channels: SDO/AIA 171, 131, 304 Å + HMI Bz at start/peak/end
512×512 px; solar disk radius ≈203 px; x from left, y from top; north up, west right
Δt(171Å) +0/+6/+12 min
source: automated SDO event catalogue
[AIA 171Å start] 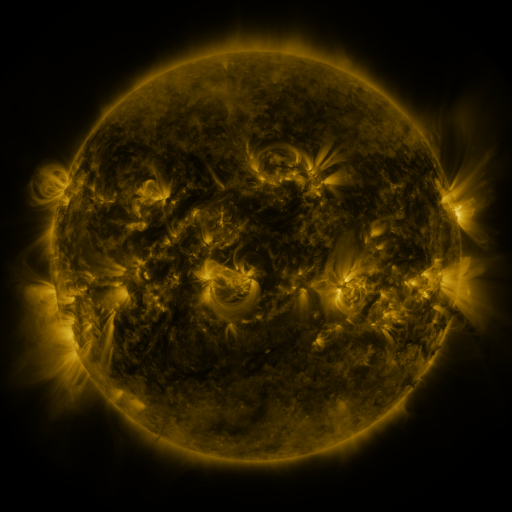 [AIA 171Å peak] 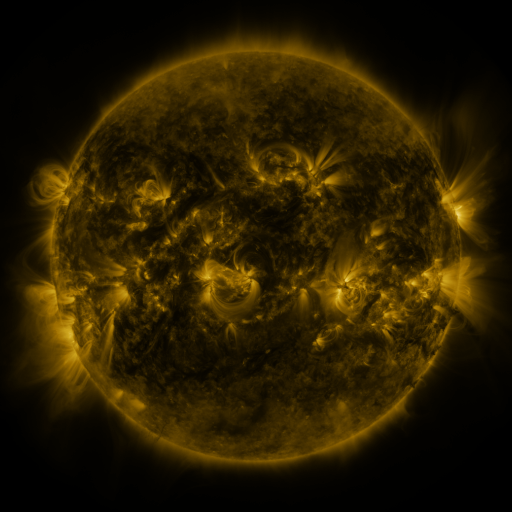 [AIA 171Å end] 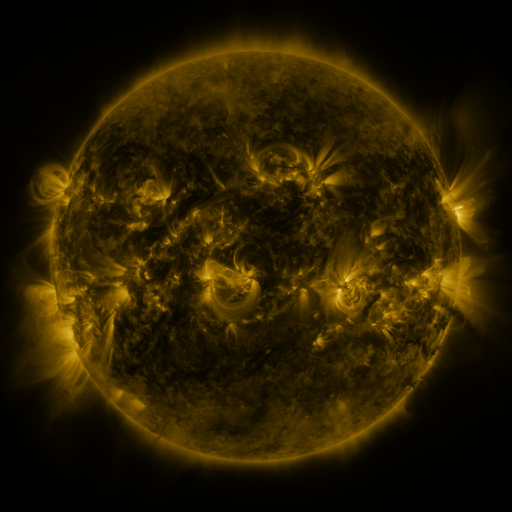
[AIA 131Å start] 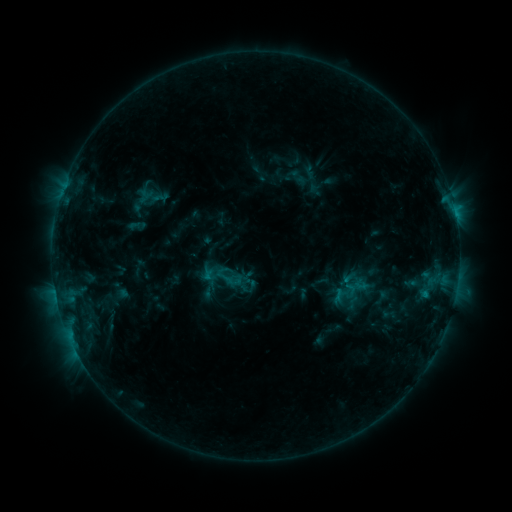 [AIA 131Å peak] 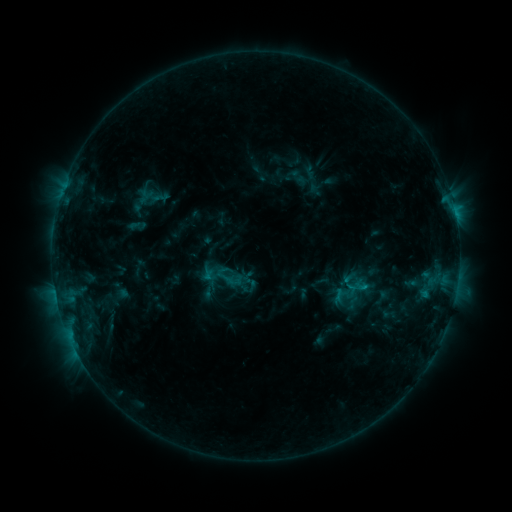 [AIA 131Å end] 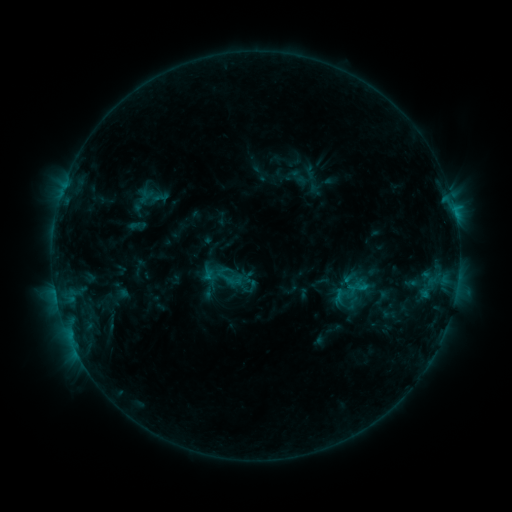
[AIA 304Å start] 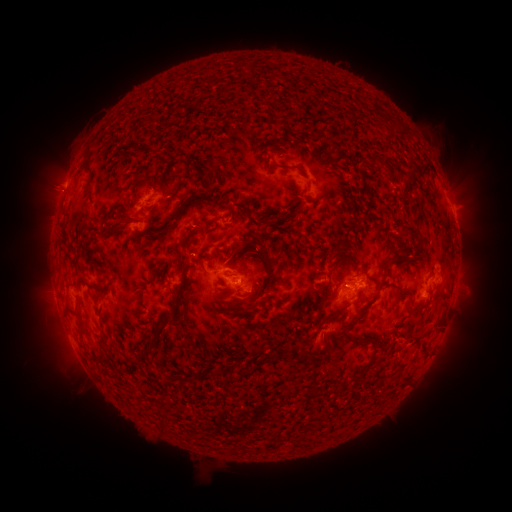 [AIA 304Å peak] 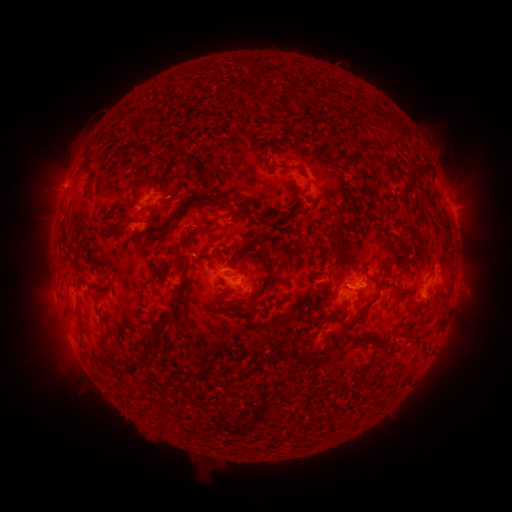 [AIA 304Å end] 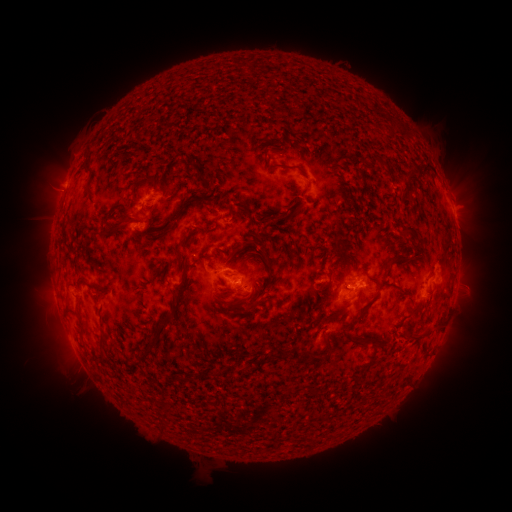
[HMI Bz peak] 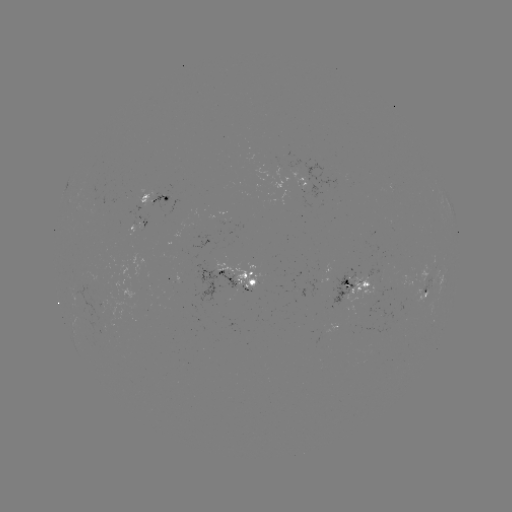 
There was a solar flare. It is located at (345, 283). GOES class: C1.2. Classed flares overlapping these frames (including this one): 1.